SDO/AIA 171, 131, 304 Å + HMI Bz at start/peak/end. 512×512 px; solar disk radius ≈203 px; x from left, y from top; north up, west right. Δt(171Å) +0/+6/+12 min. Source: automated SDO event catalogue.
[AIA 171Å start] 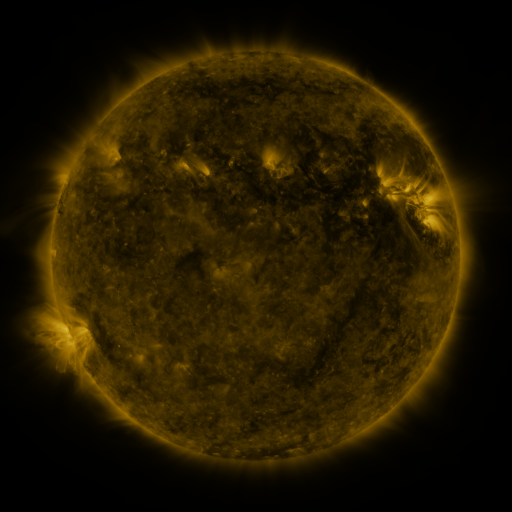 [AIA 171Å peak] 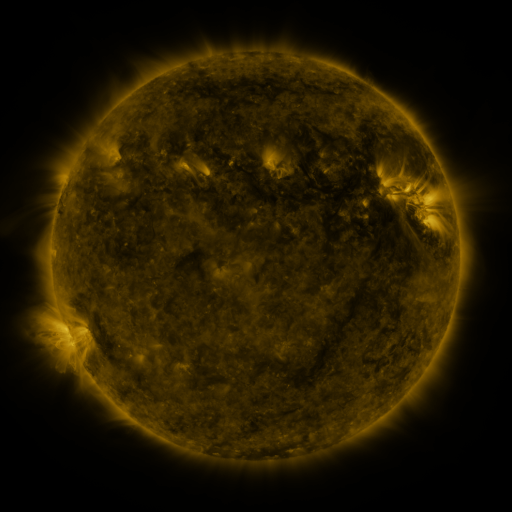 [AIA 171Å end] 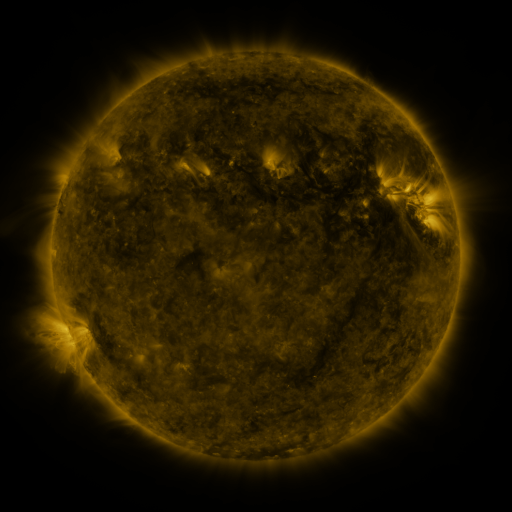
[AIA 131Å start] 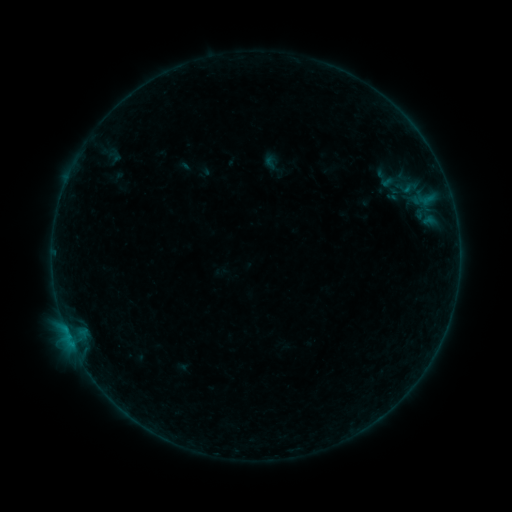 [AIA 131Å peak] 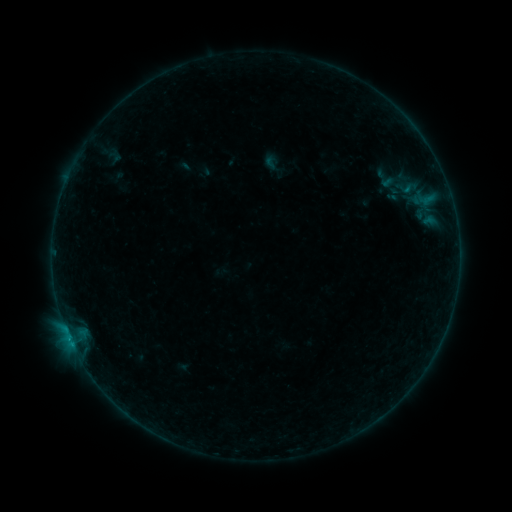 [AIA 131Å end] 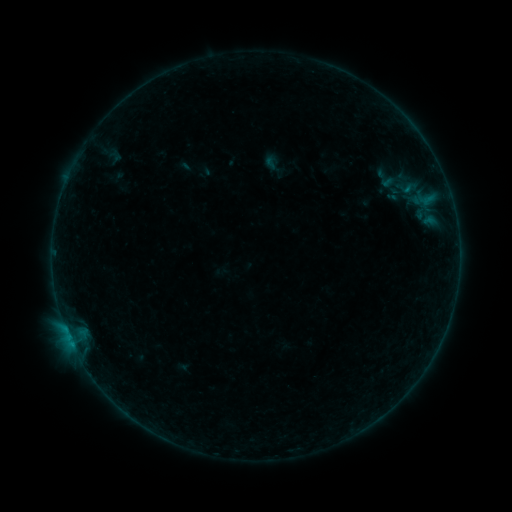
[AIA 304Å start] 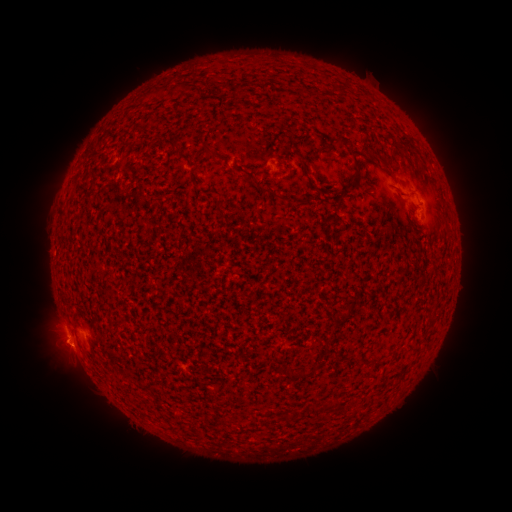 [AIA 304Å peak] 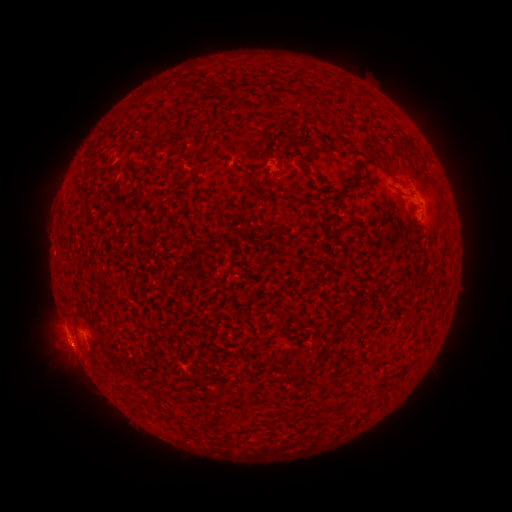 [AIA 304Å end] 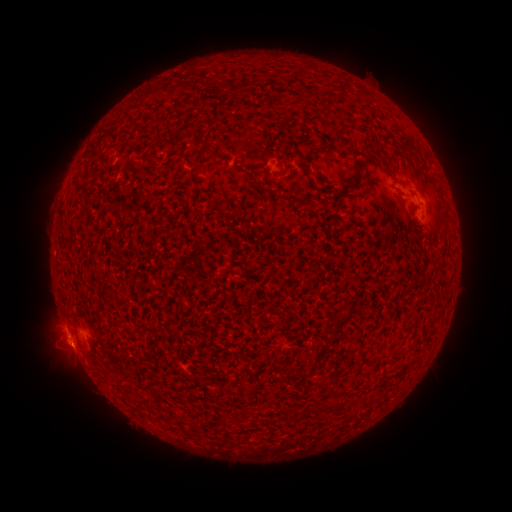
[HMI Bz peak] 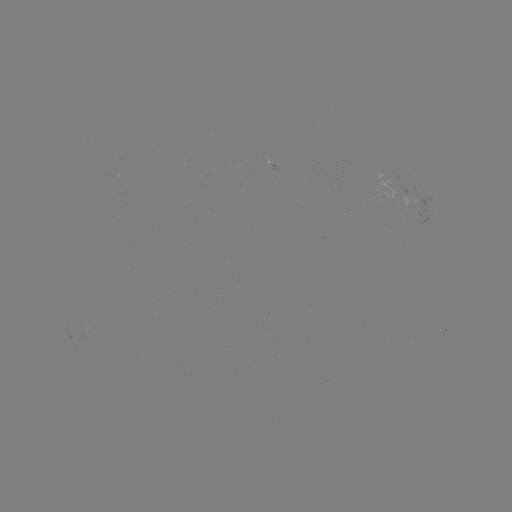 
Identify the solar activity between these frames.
B2.5 flare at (70, 334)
